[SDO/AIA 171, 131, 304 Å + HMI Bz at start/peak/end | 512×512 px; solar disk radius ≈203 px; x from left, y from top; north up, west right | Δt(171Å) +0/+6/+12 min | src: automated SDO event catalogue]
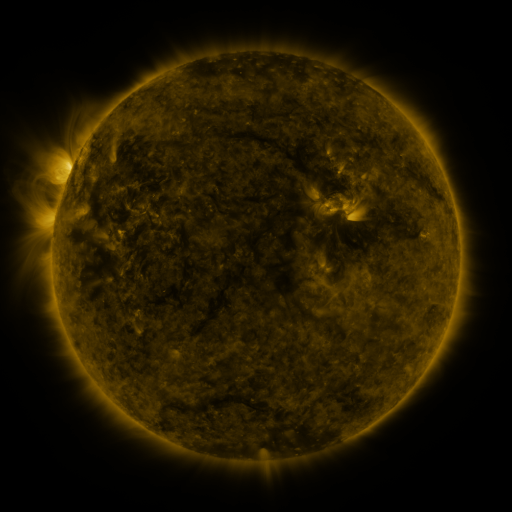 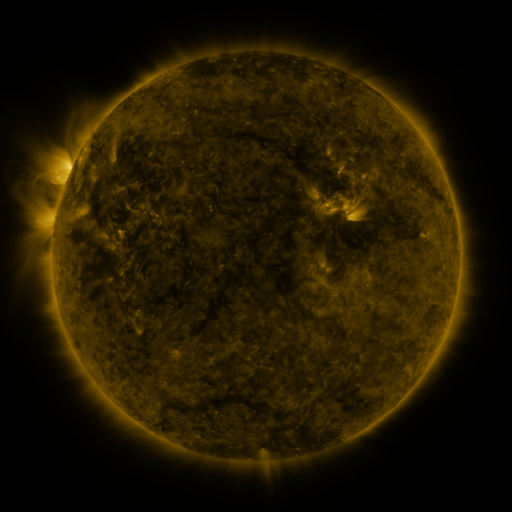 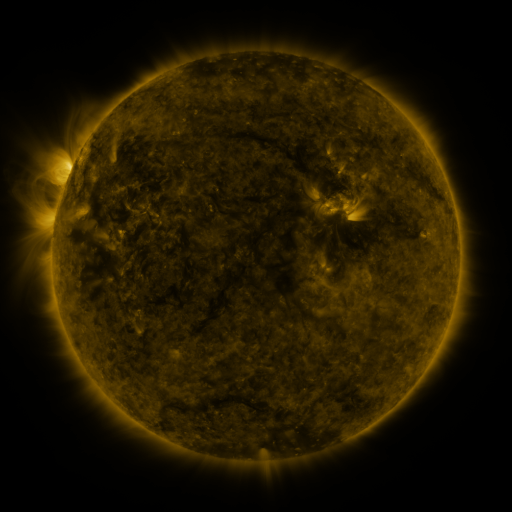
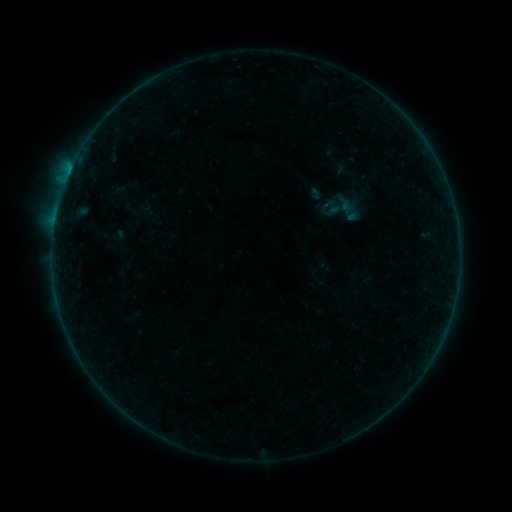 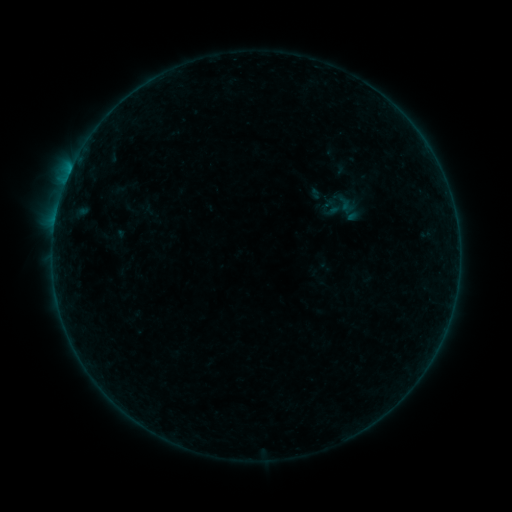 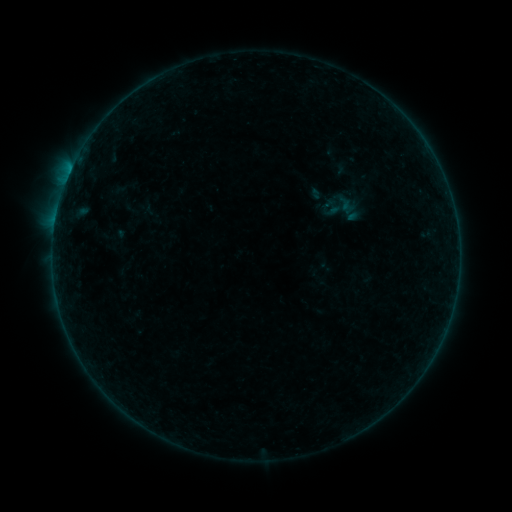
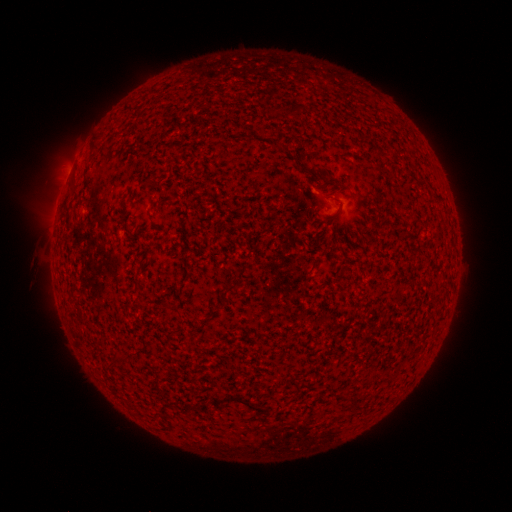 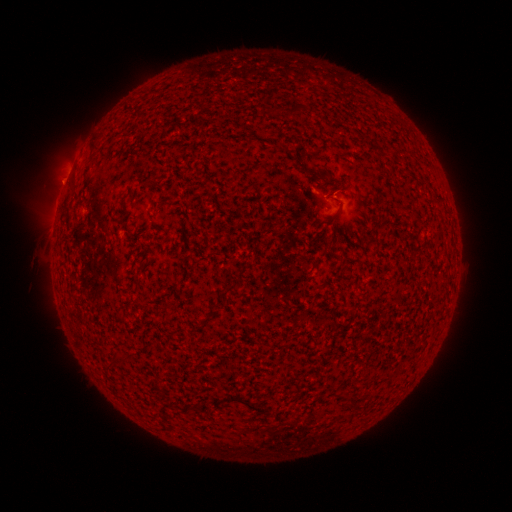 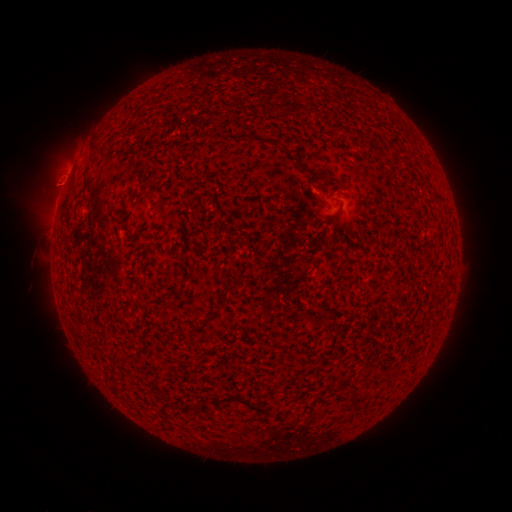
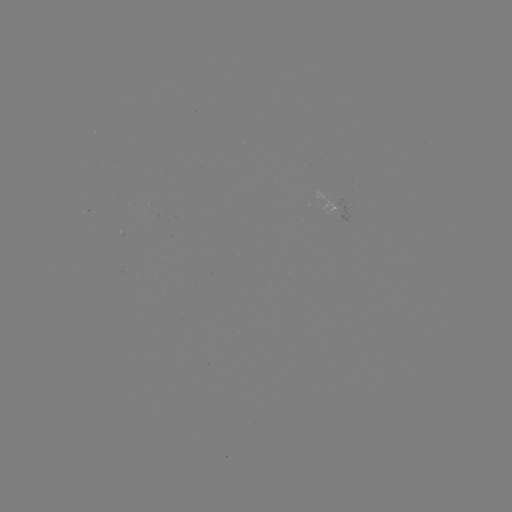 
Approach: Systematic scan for eruption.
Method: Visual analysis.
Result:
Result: eruption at (61, 181).